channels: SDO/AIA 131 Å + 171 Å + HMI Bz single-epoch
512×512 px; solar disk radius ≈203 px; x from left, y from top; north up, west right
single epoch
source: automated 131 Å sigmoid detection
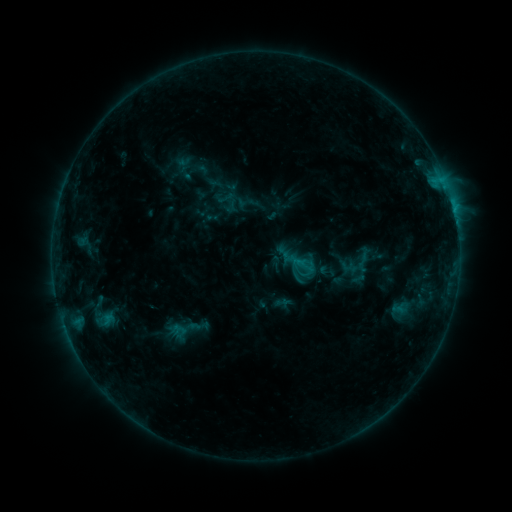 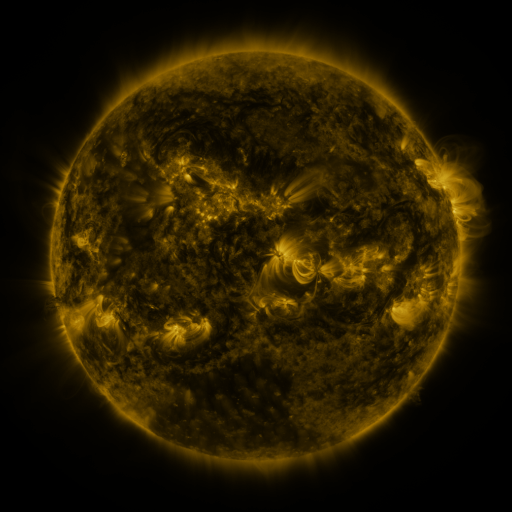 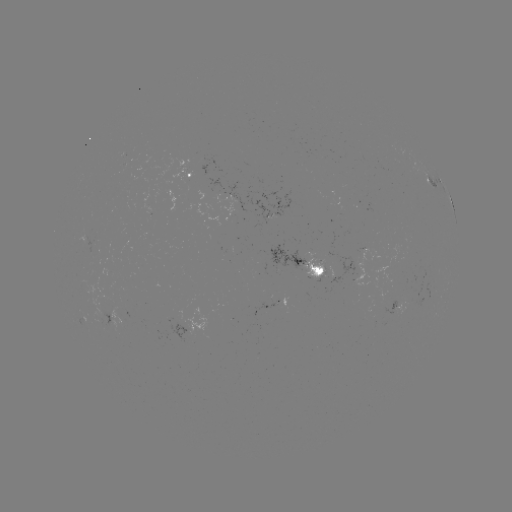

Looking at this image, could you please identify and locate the sigmoid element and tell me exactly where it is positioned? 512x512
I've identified sigmoid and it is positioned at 363,262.